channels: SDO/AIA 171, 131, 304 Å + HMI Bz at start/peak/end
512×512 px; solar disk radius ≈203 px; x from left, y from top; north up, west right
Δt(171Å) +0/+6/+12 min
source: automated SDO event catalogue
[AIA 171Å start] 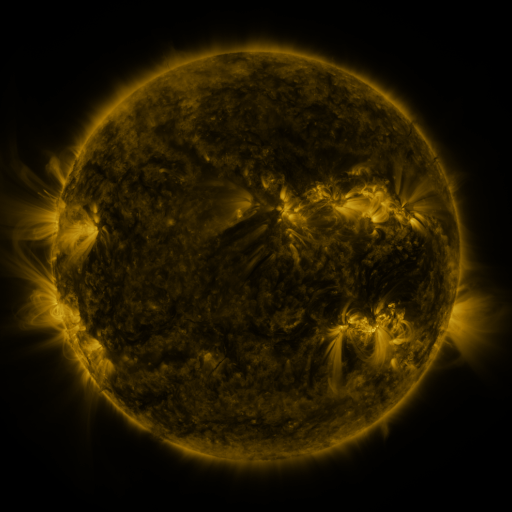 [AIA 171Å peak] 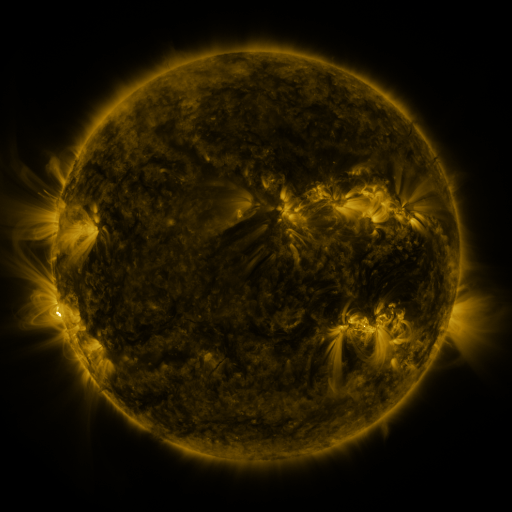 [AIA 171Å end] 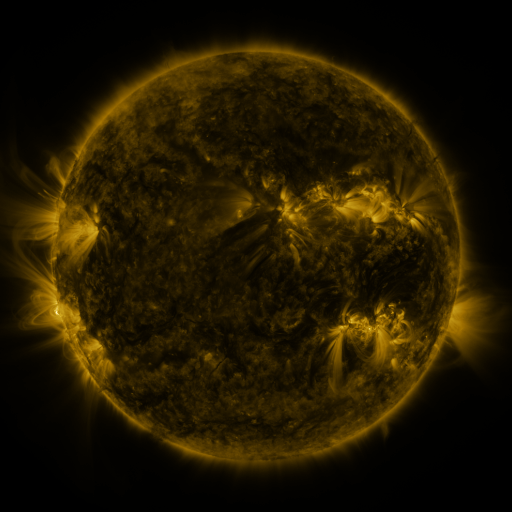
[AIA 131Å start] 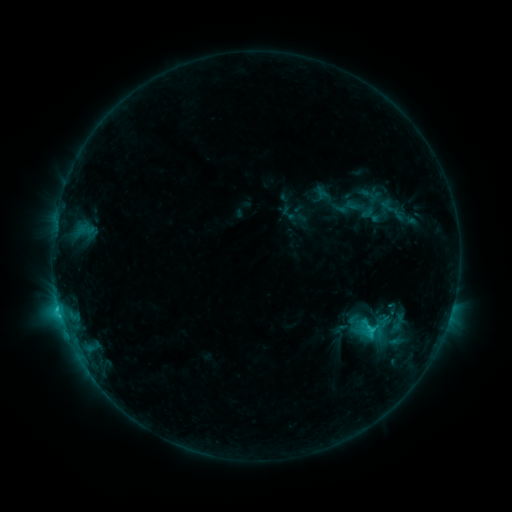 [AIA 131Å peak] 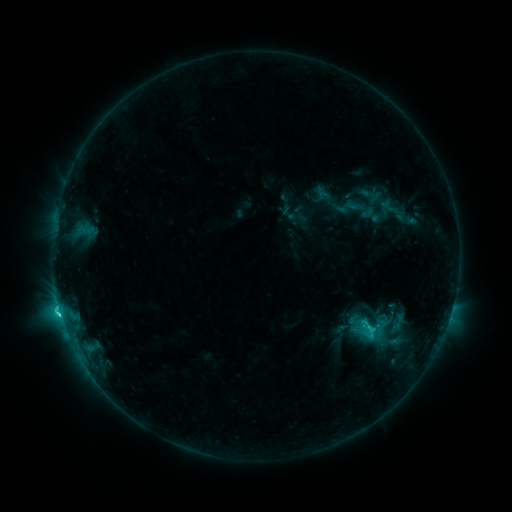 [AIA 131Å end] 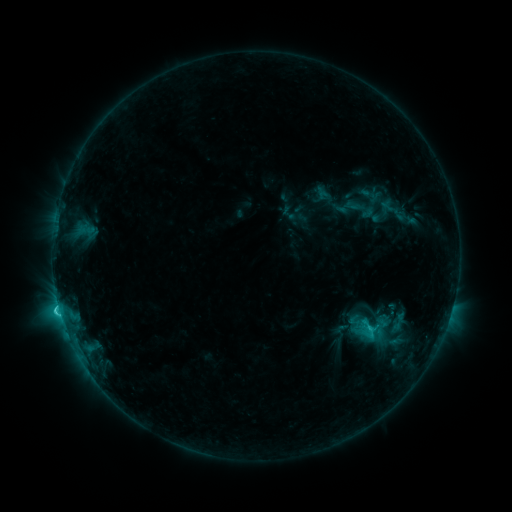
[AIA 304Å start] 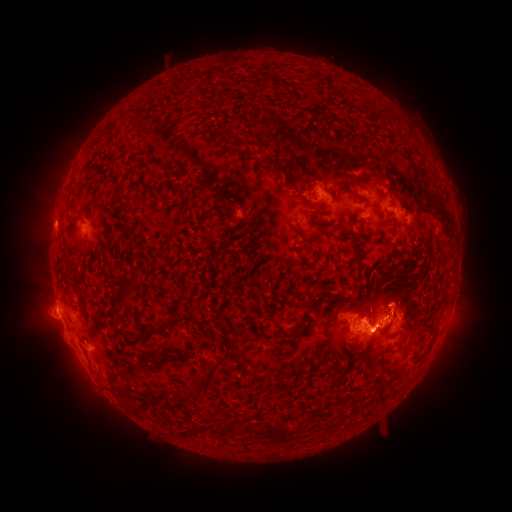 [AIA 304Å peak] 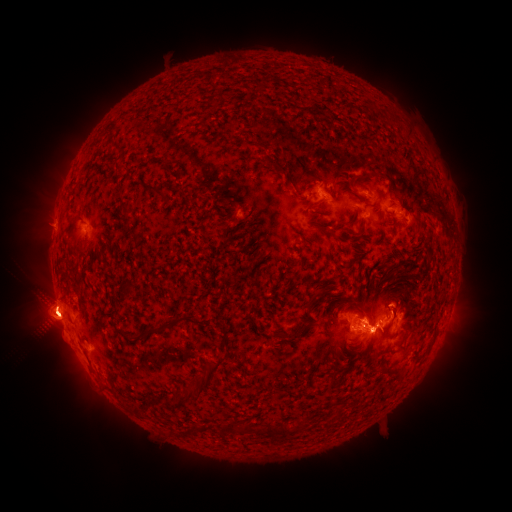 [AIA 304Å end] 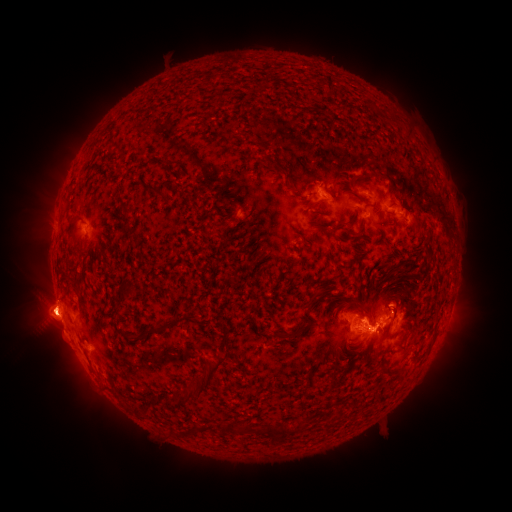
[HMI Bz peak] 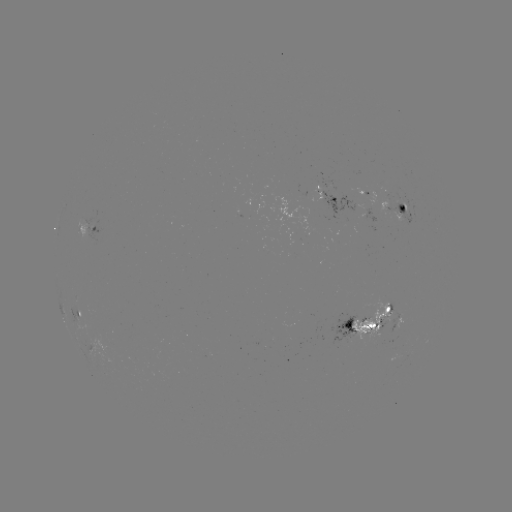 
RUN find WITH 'C5.1 flare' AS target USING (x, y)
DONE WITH (352, 328) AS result